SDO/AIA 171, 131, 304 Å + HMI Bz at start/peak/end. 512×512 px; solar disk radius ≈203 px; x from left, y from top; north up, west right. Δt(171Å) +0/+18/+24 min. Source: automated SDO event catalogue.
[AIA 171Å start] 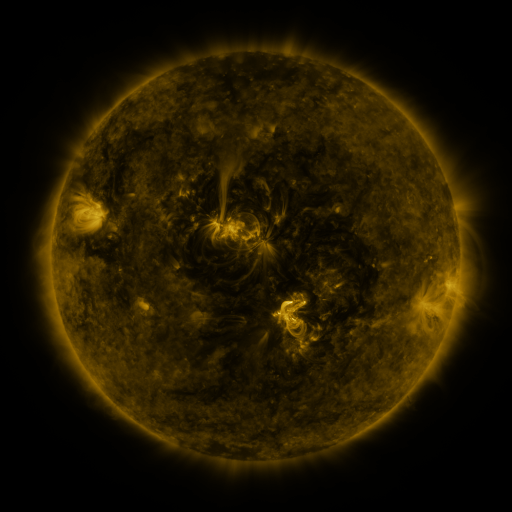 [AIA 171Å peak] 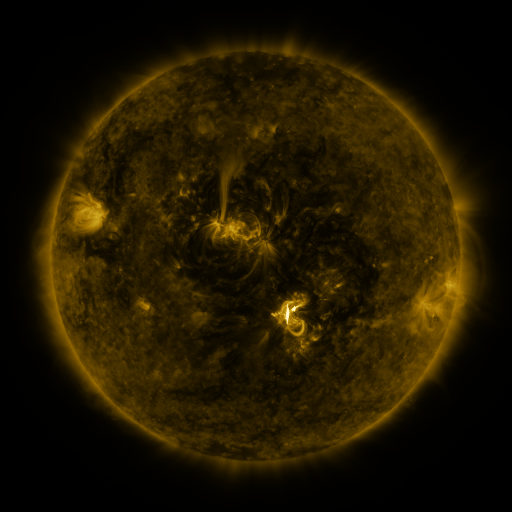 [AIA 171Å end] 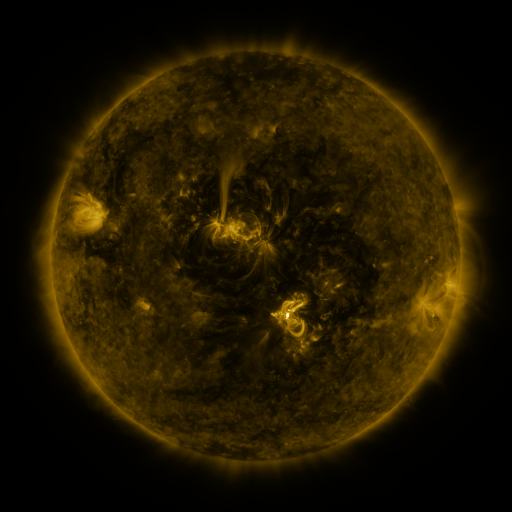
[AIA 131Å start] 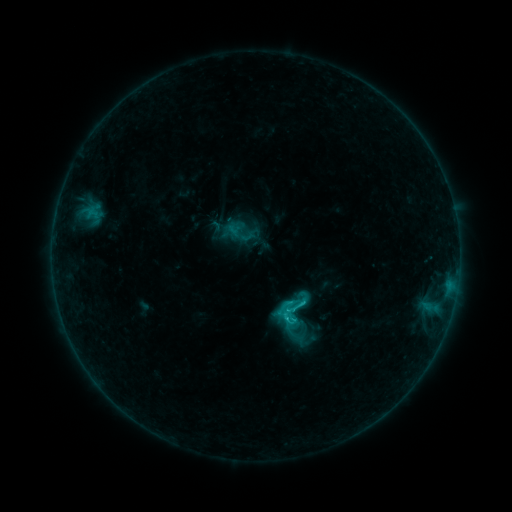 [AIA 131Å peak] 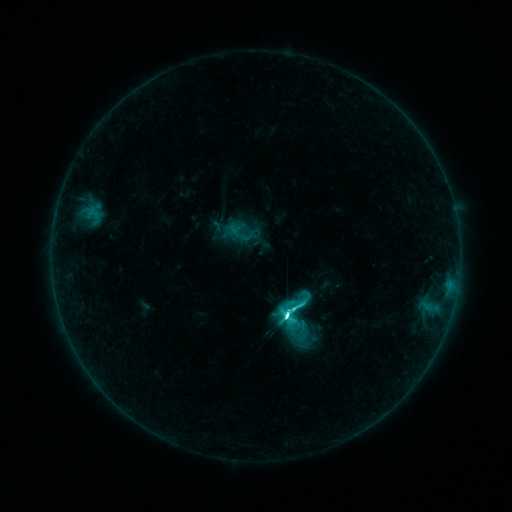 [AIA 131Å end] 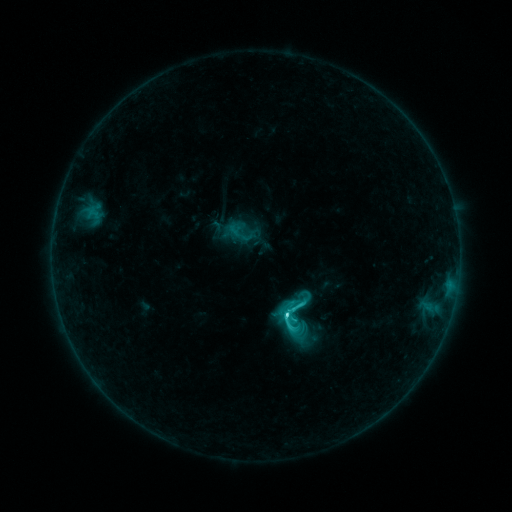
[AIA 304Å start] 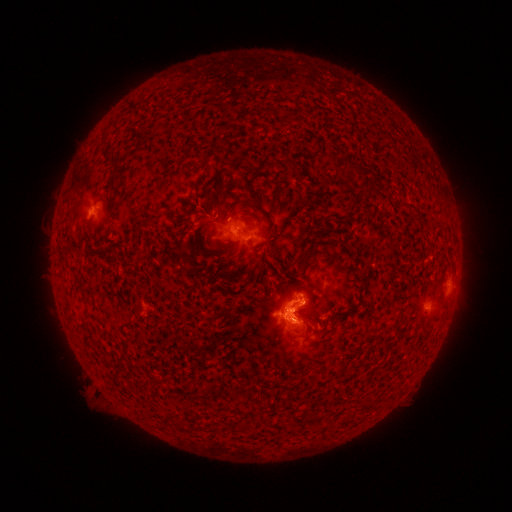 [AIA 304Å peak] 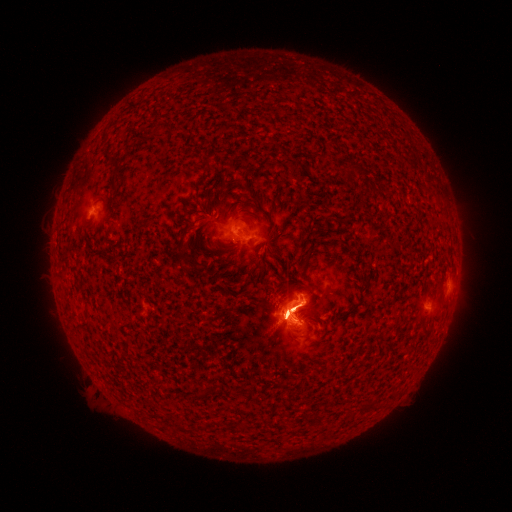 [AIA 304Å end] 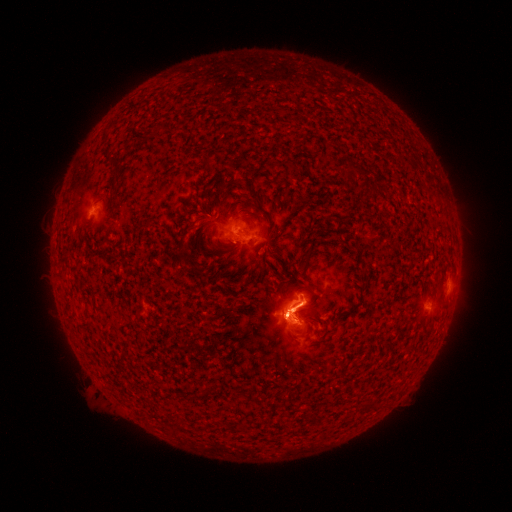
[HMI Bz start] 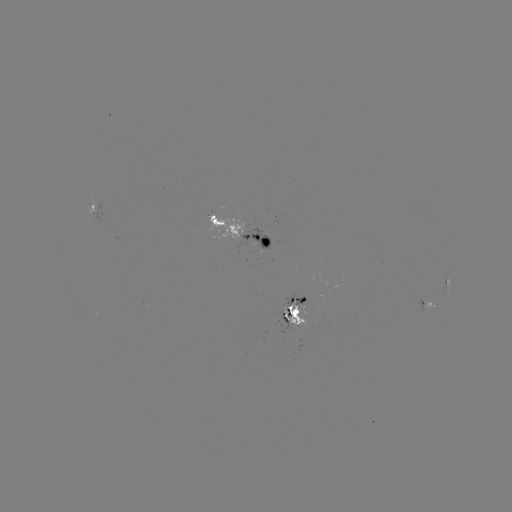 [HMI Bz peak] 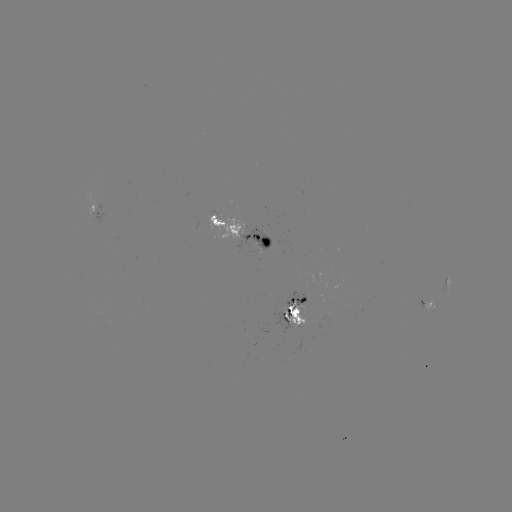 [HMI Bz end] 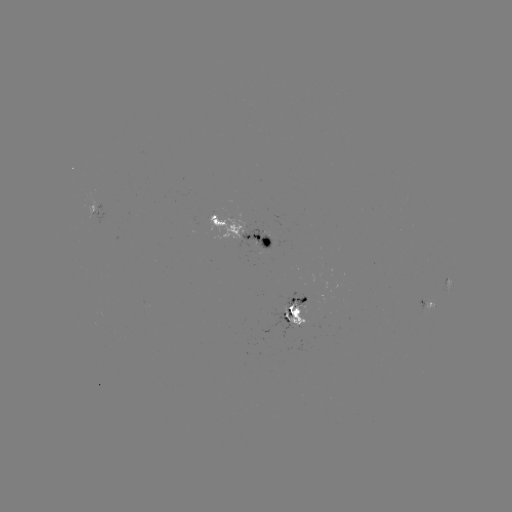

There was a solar flare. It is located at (283, 316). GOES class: M1.5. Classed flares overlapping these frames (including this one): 1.